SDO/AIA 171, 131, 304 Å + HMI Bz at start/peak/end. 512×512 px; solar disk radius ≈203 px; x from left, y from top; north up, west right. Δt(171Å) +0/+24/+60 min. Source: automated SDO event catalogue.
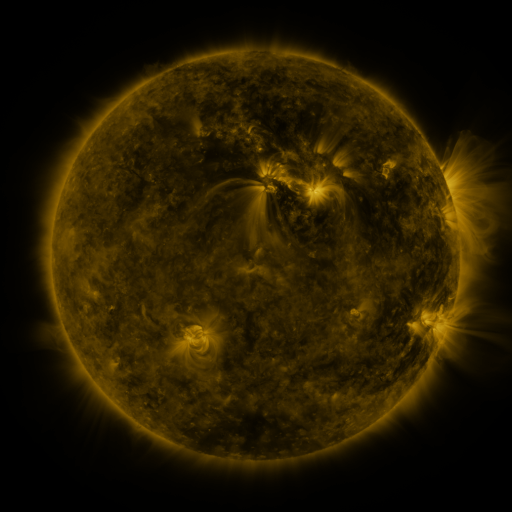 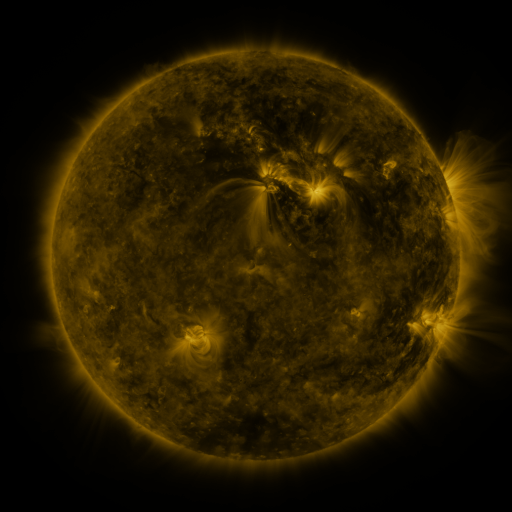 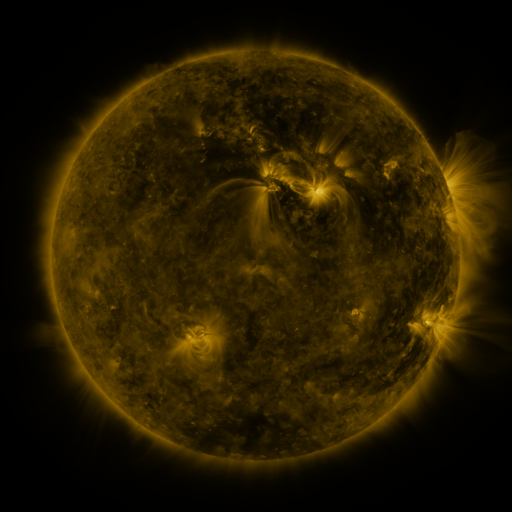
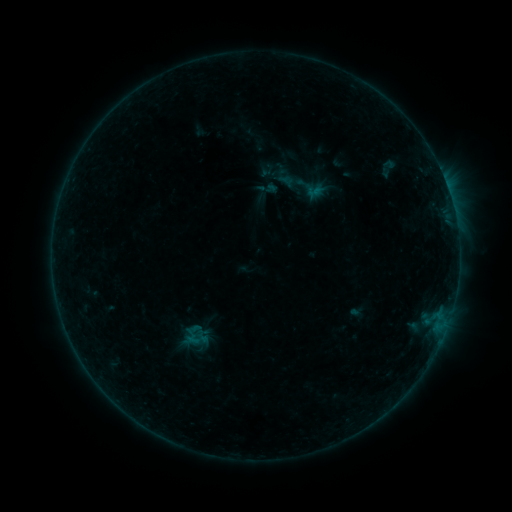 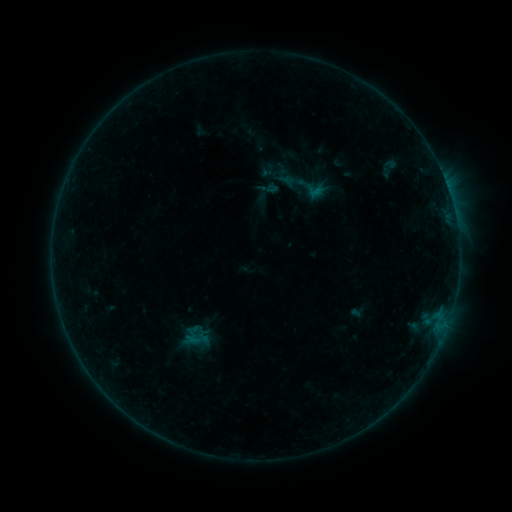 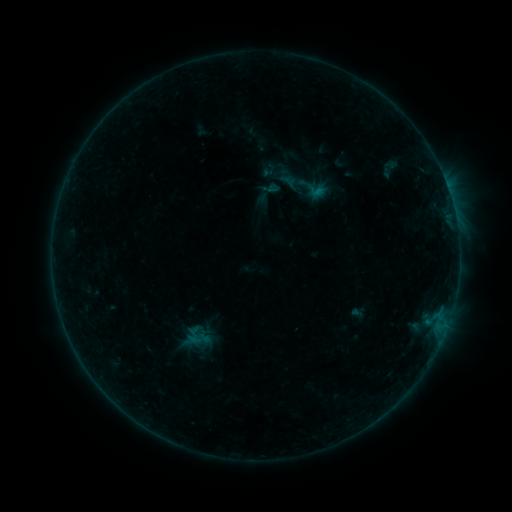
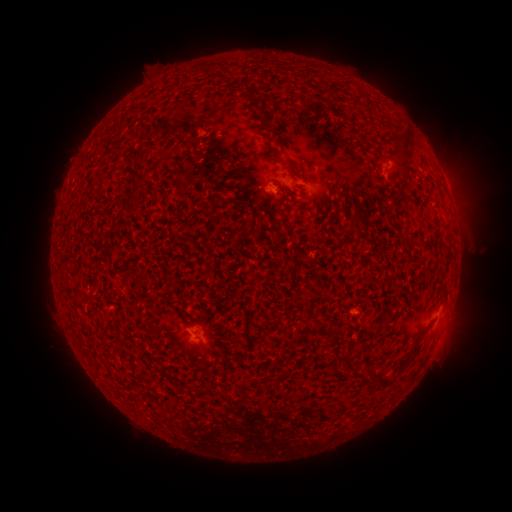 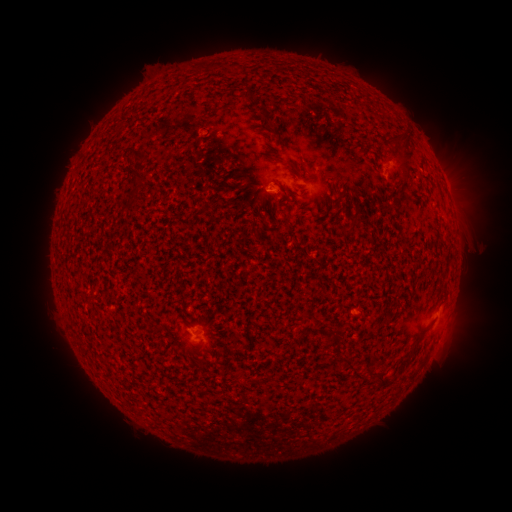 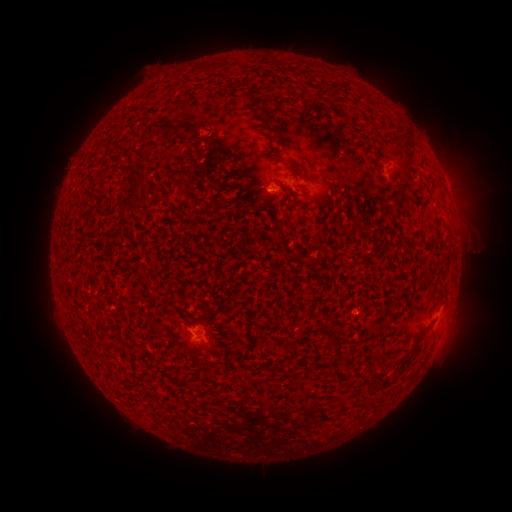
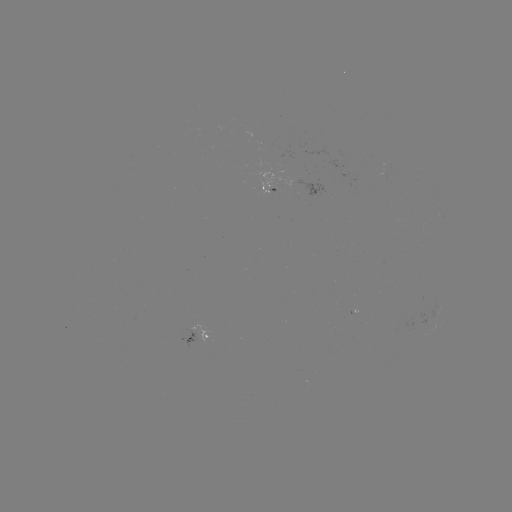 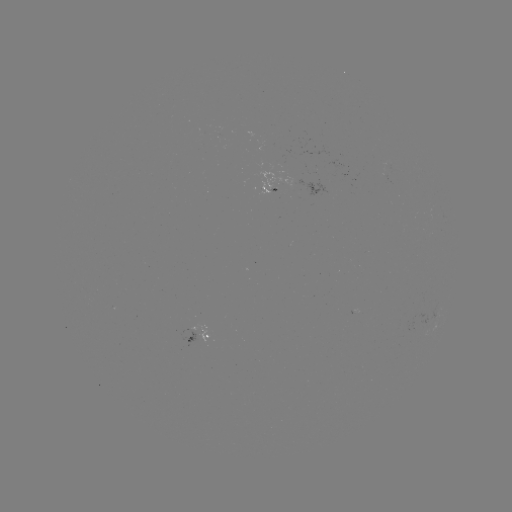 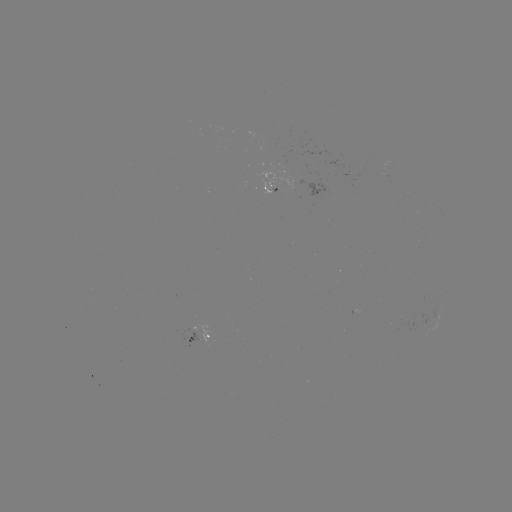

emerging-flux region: <bbox>283, 179, 328, 197</bbox>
